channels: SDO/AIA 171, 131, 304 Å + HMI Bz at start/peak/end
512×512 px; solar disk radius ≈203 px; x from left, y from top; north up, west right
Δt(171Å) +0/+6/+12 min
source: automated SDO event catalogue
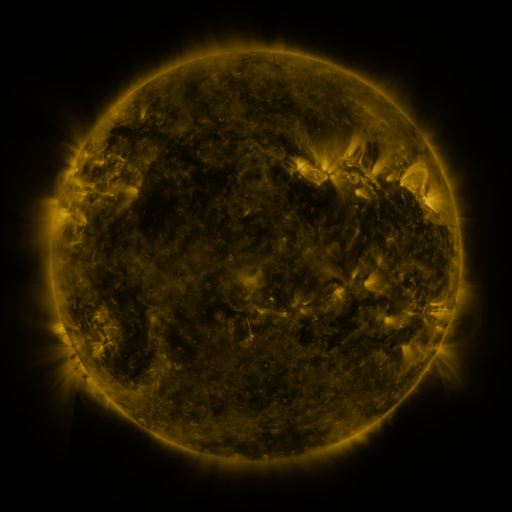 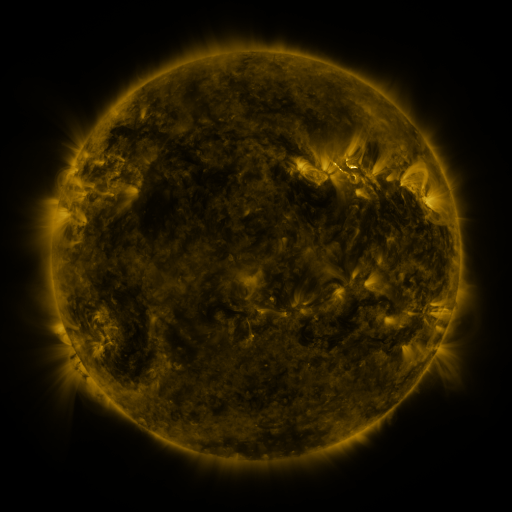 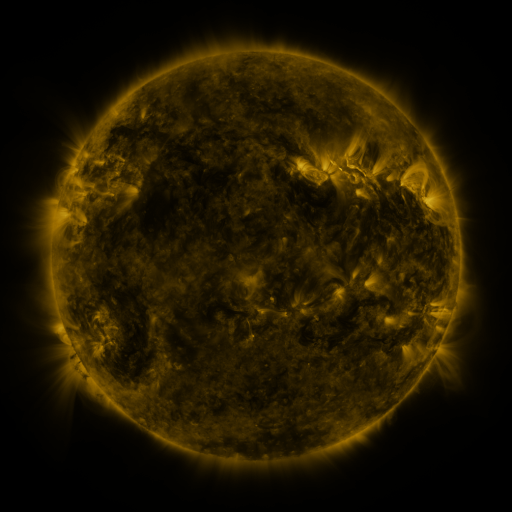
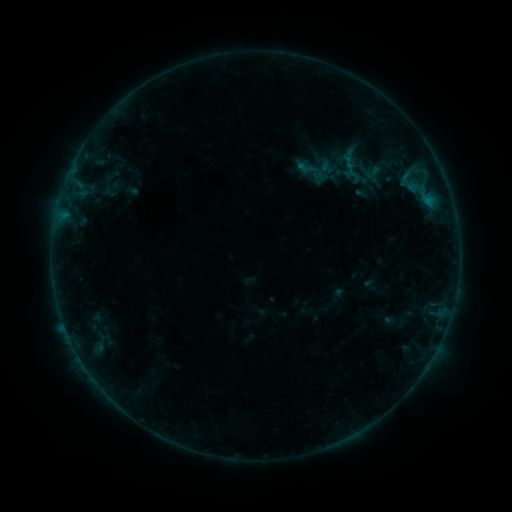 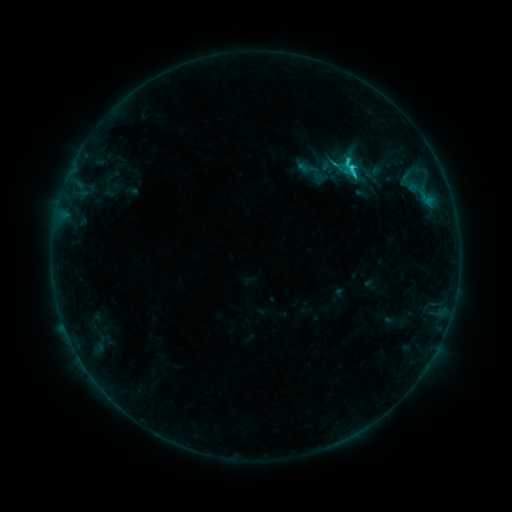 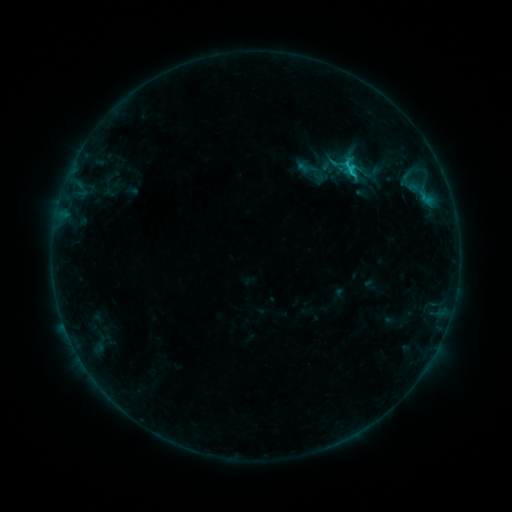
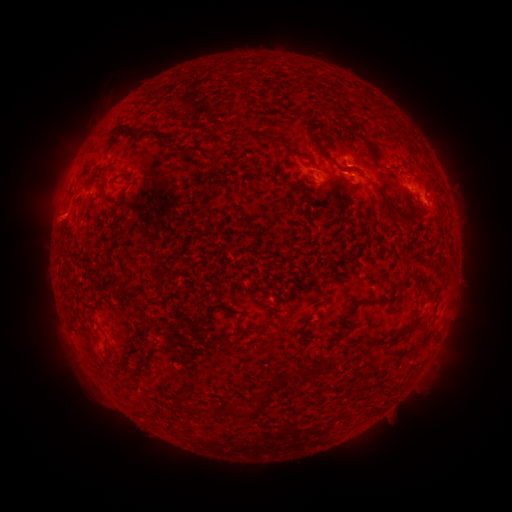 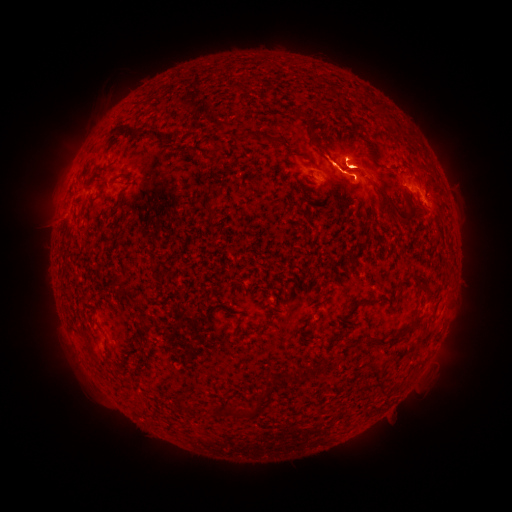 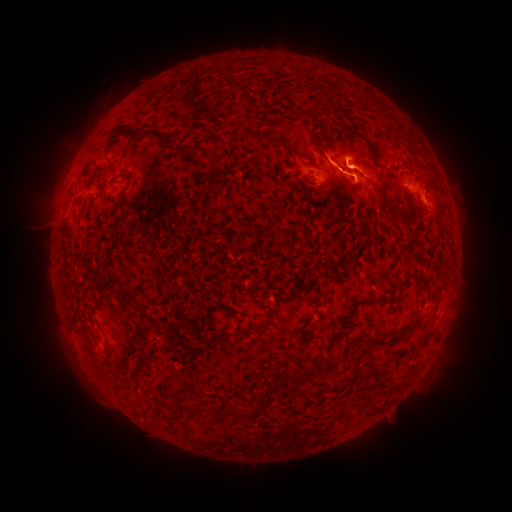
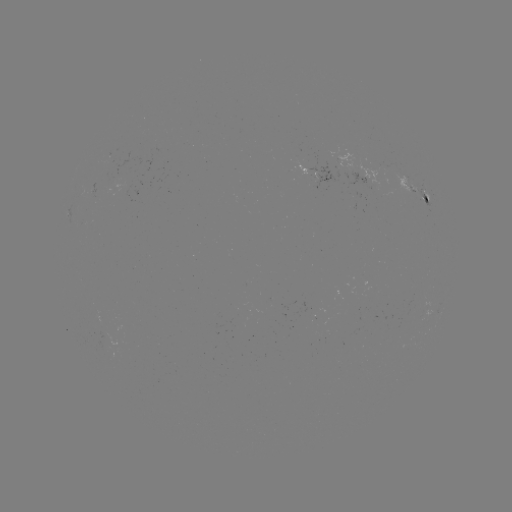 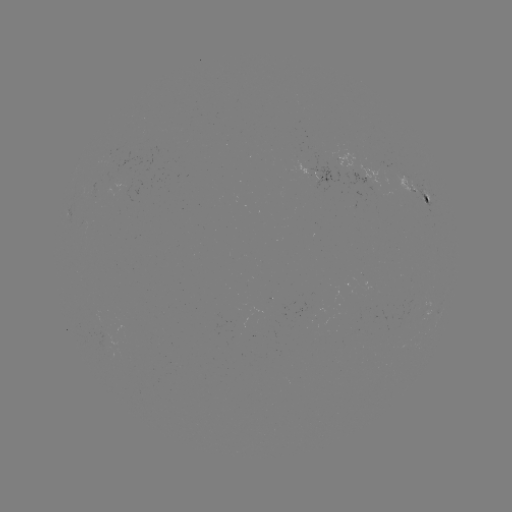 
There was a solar flare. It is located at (348, 168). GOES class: C2.4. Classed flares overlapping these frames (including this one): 1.